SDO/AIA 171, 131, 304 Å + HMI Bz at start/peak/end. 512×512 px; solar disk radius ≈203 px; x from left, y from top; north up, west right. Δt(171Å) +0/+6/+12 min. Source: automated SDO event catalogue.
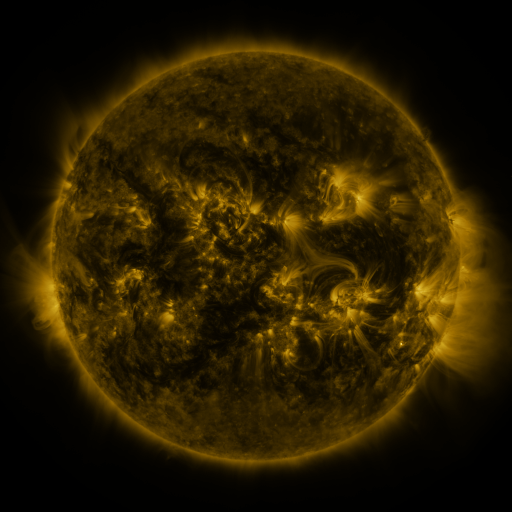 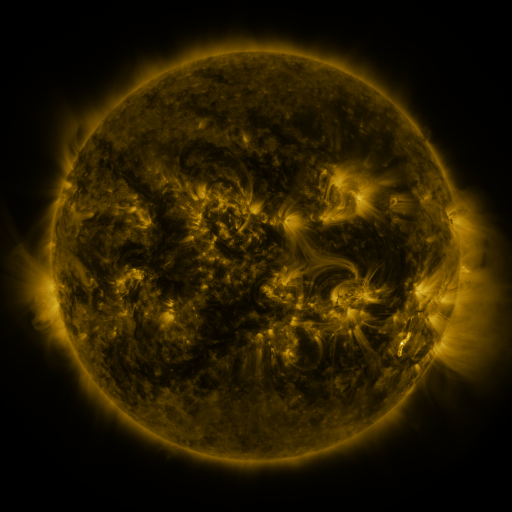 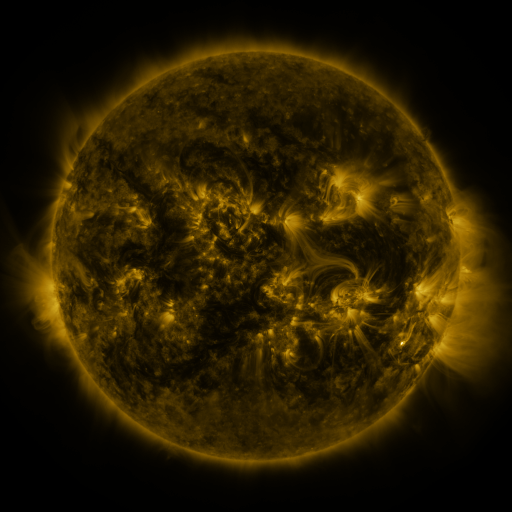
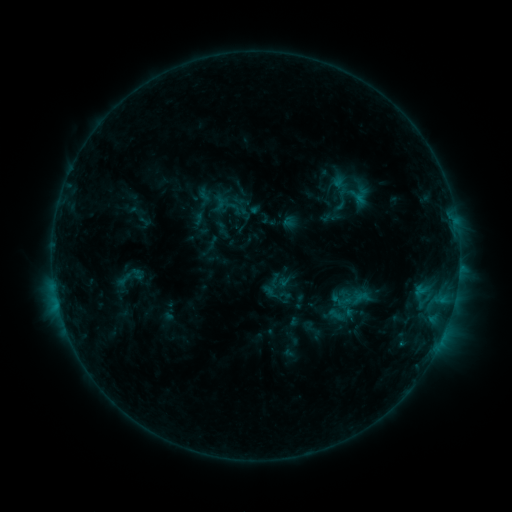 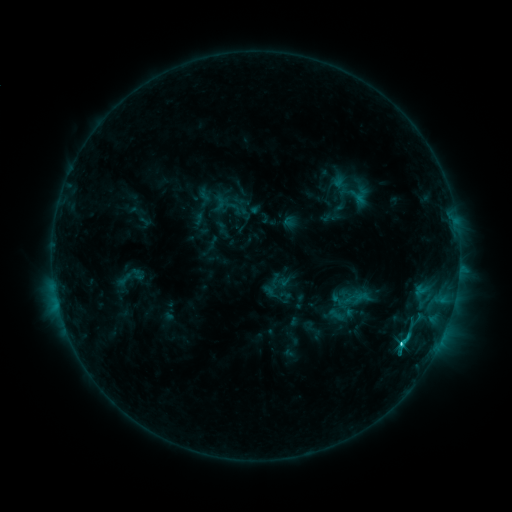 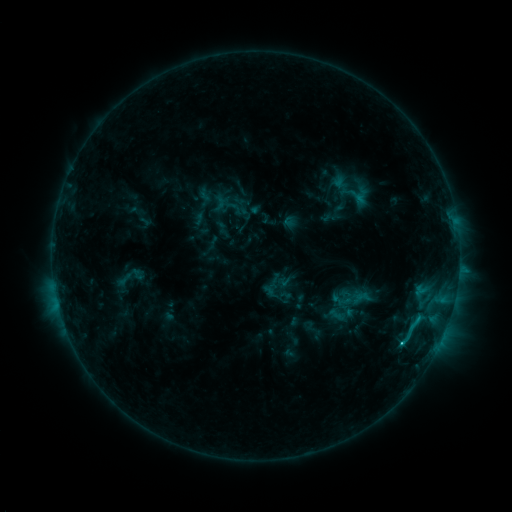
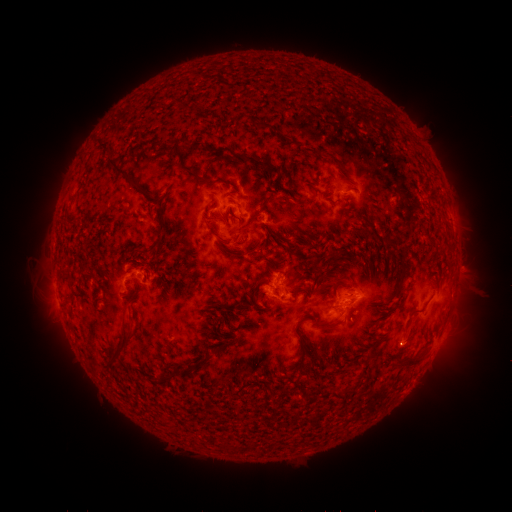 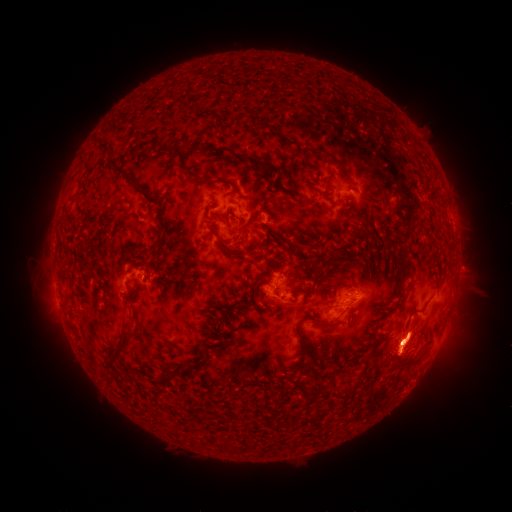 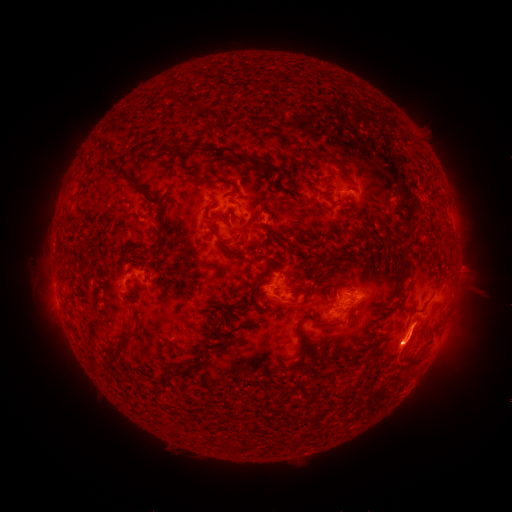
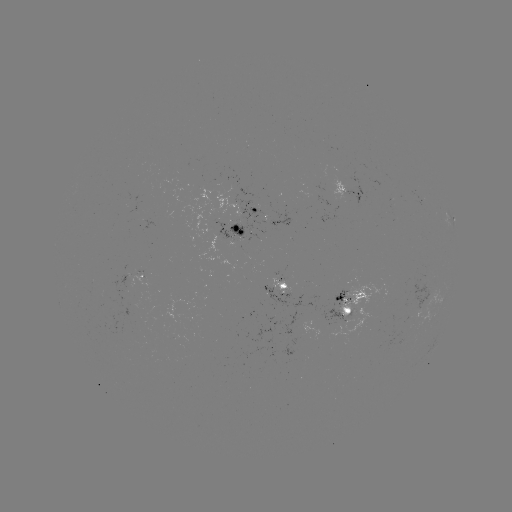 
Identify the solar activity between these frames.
C2.8 flare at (400, 343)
